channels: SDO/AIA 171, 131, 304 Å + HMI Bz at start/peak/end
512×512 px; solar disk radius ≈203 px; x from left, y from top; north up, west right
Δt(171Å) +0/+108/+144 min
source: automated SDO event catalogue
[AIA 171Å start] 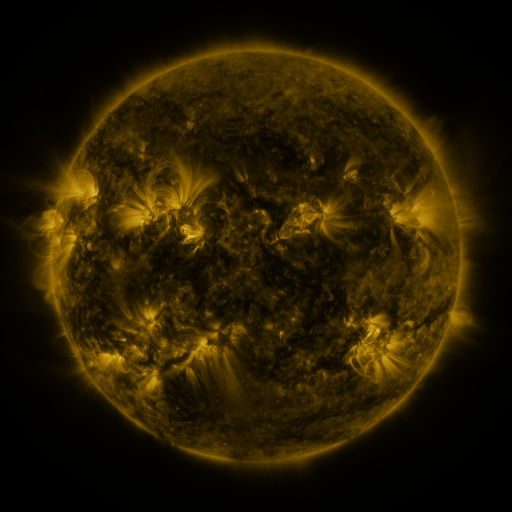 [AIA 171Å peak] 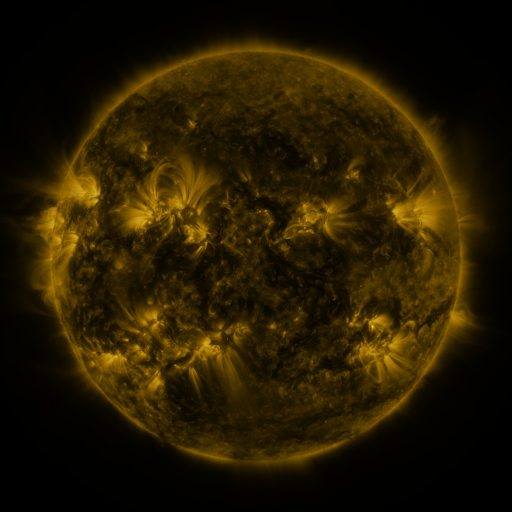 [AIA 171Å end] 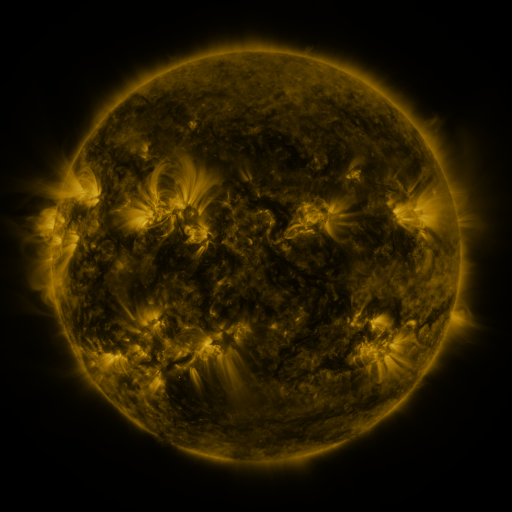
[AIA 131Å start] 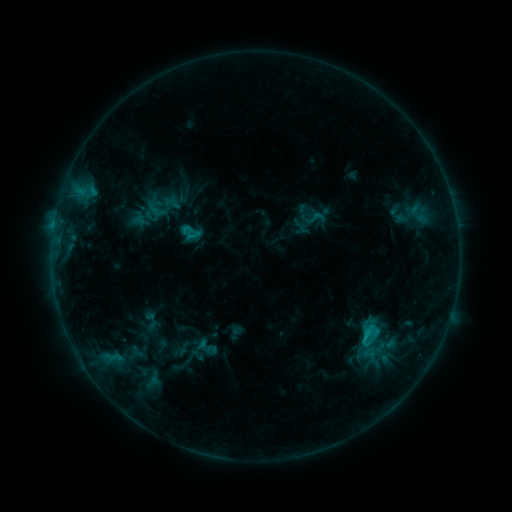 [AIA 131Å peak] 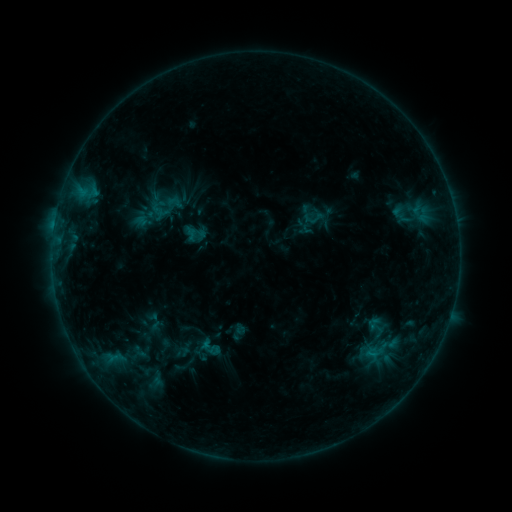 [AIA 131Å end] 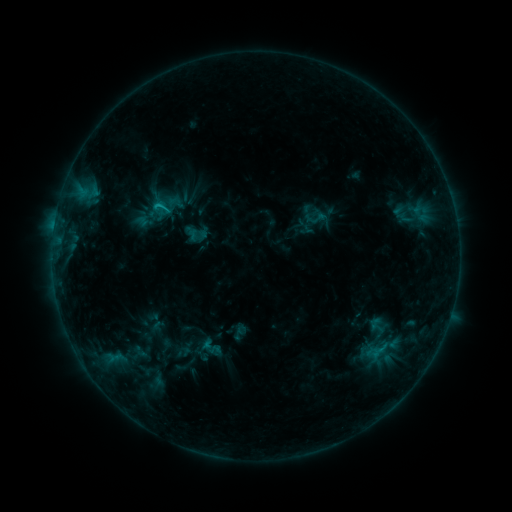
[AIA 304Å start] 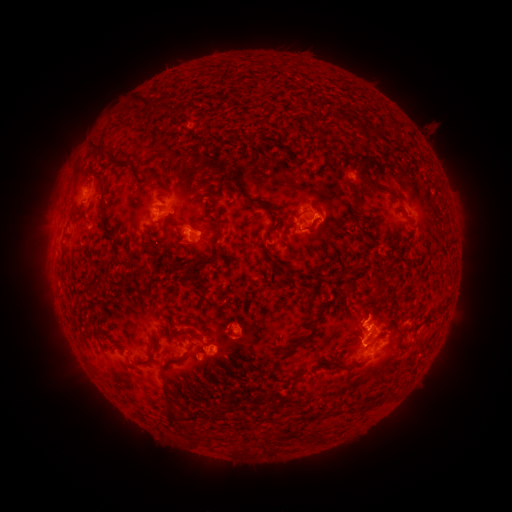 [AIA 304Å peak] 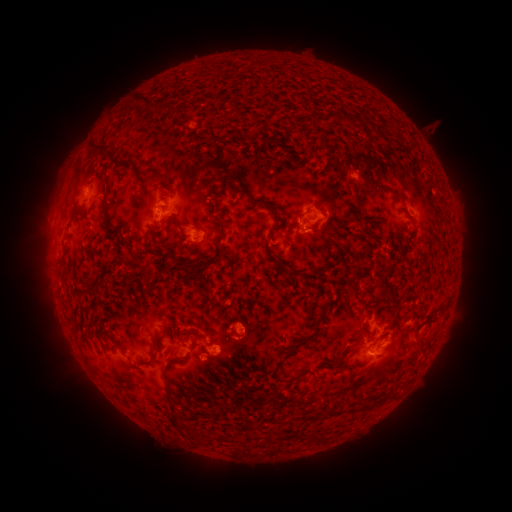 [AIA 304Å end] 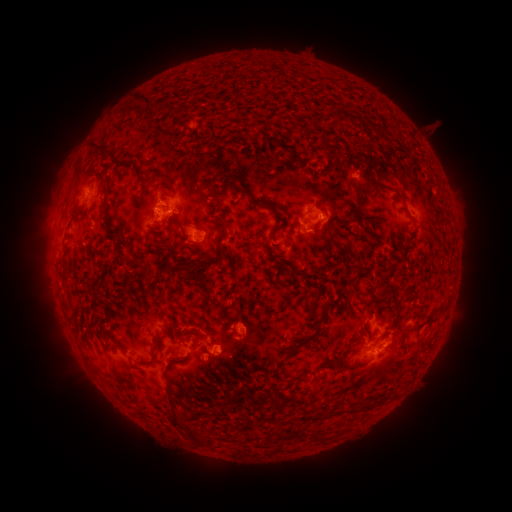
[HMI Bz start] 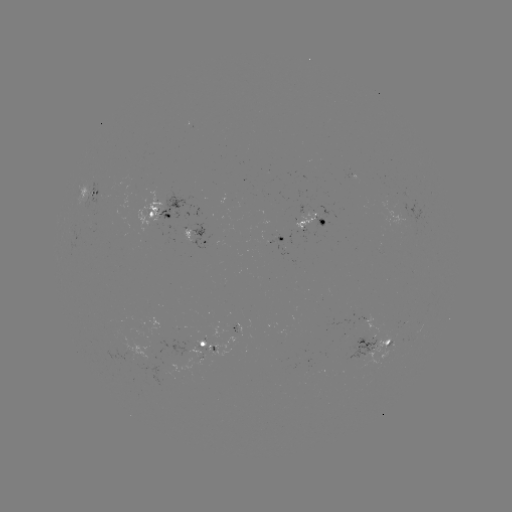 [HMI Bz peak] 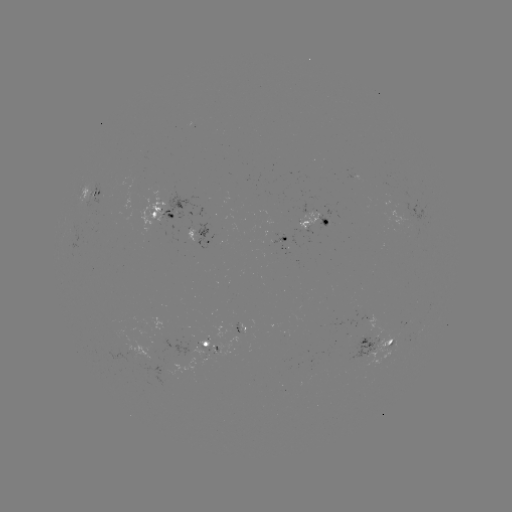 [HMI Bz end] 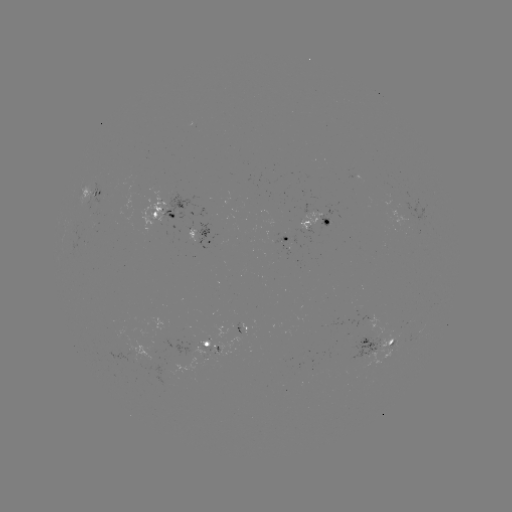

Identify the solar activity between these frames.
emerging-flux region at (326, 222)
